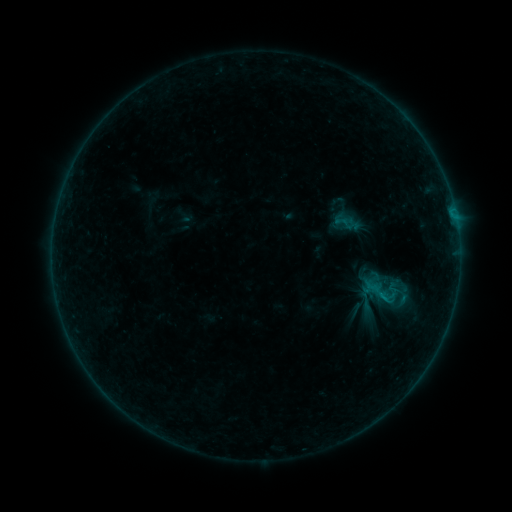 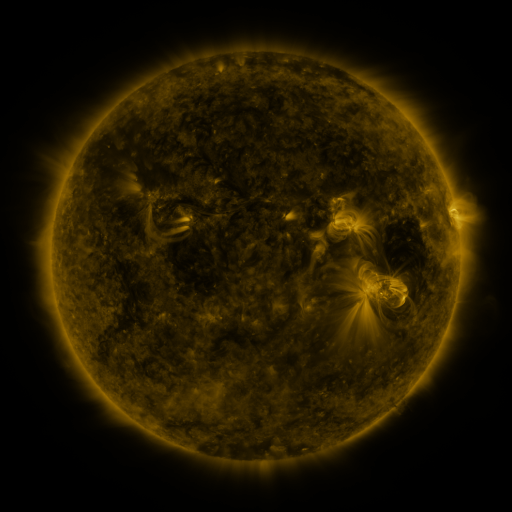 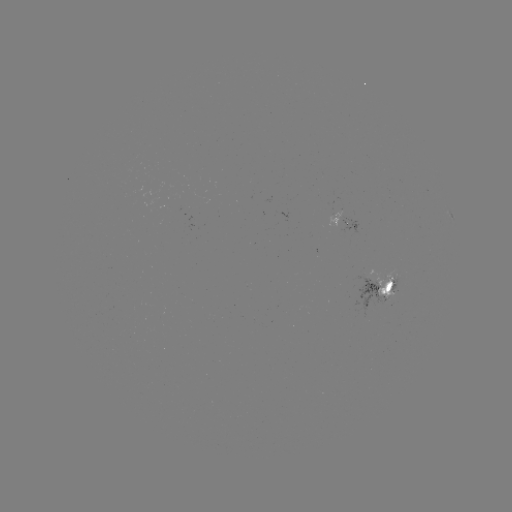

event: sigmoid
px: (403, 304)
